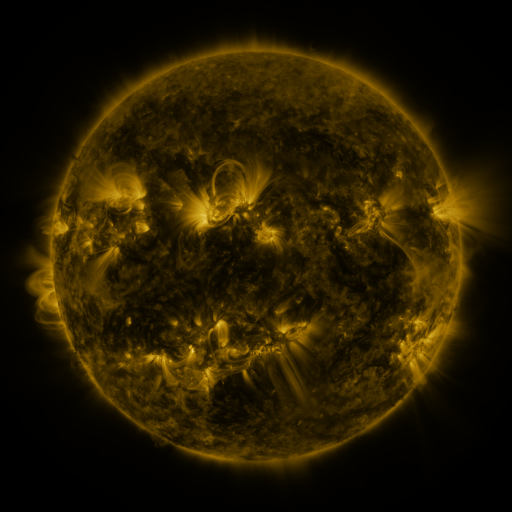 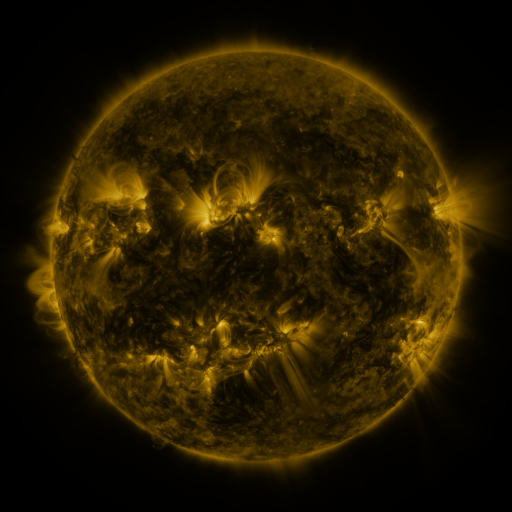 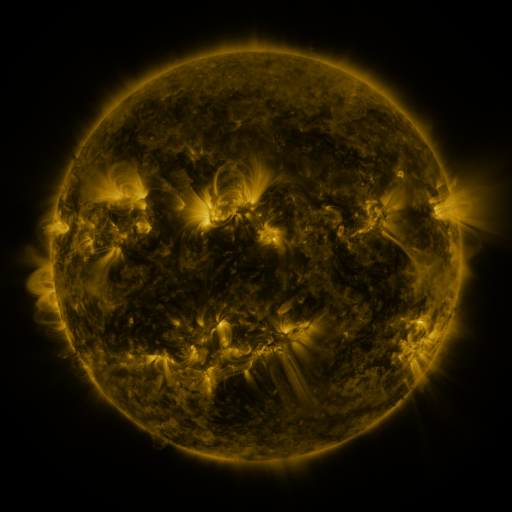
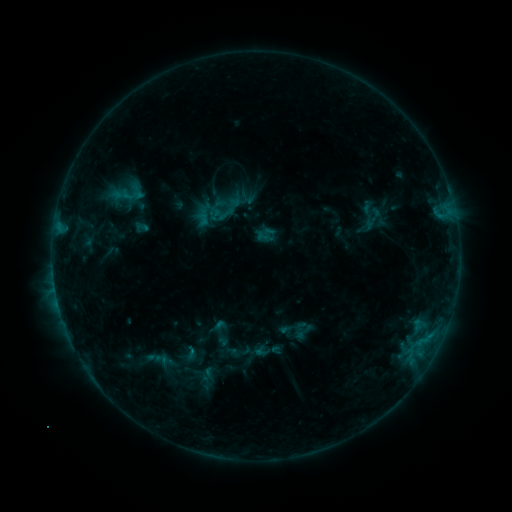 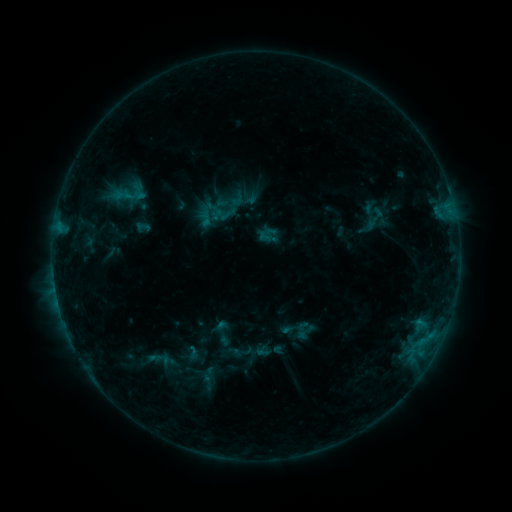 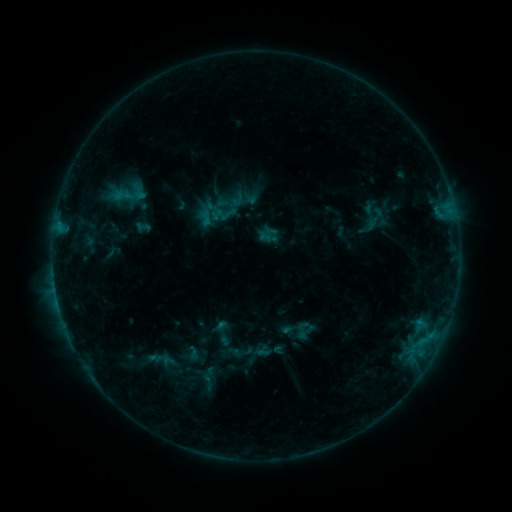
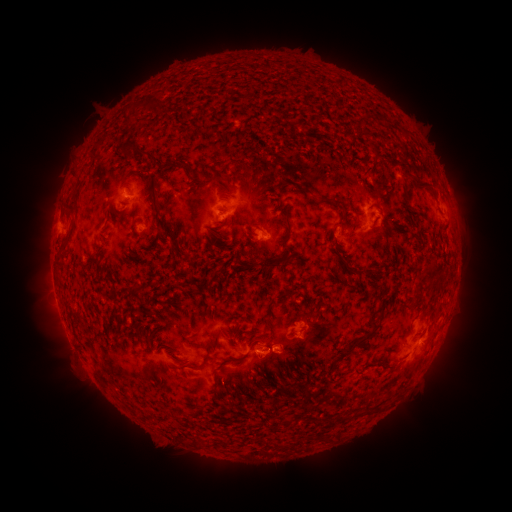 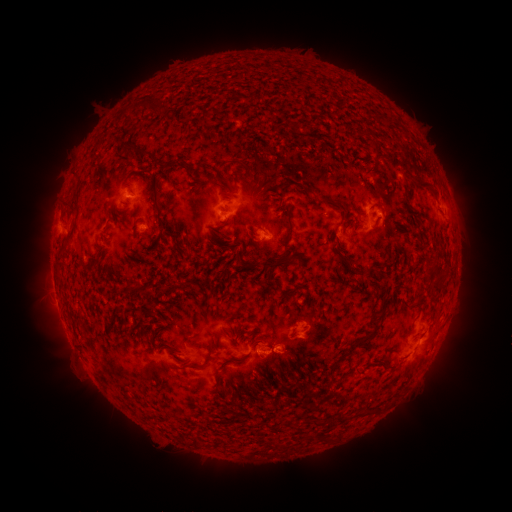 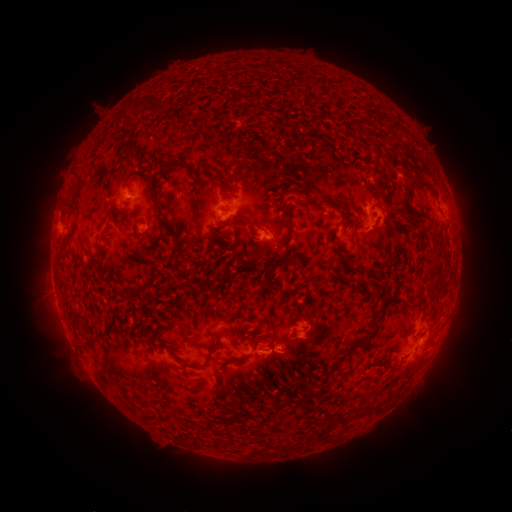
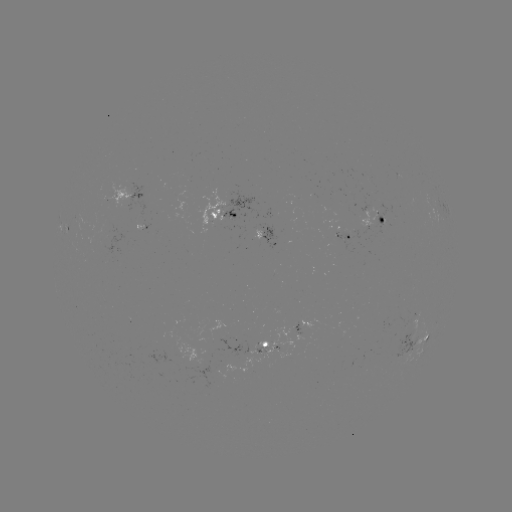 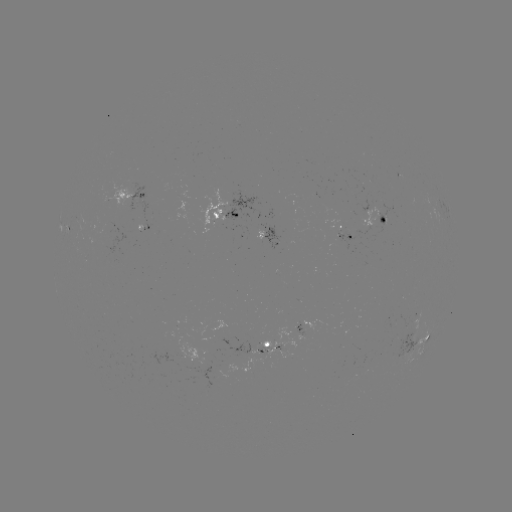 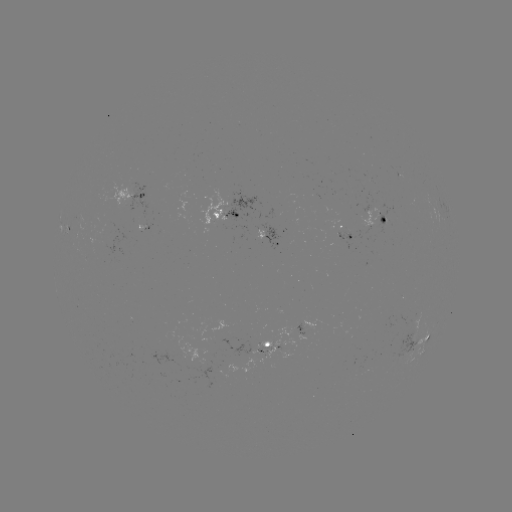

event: emerging-flux region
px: (180, 195)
